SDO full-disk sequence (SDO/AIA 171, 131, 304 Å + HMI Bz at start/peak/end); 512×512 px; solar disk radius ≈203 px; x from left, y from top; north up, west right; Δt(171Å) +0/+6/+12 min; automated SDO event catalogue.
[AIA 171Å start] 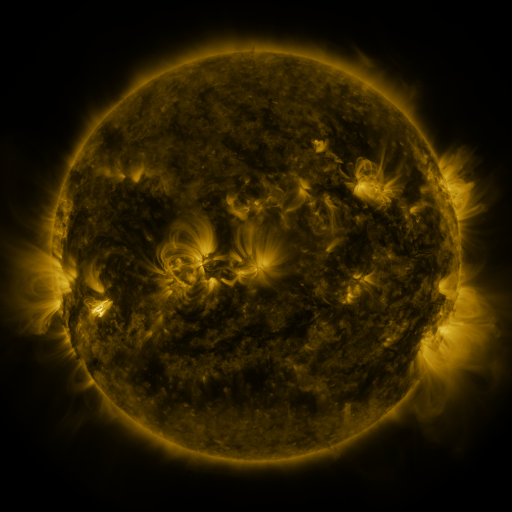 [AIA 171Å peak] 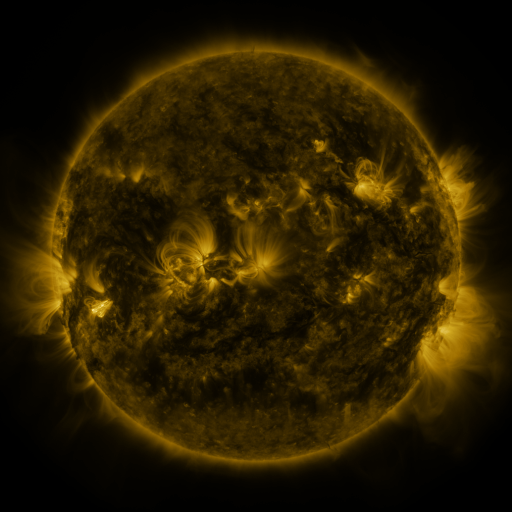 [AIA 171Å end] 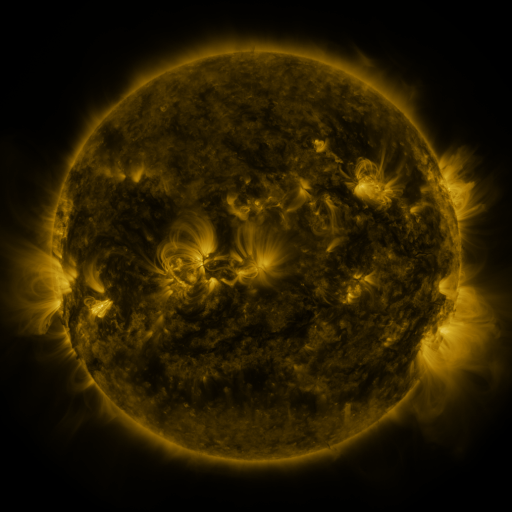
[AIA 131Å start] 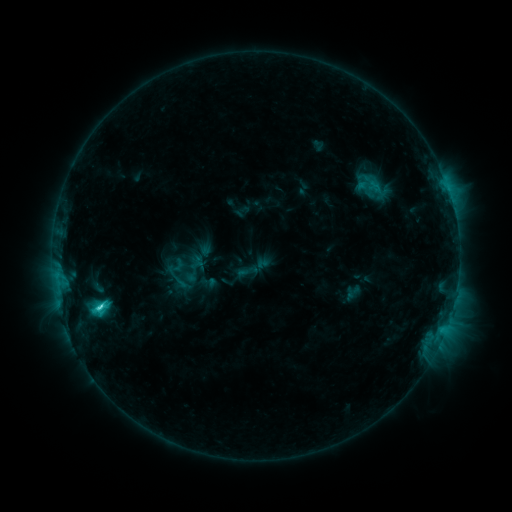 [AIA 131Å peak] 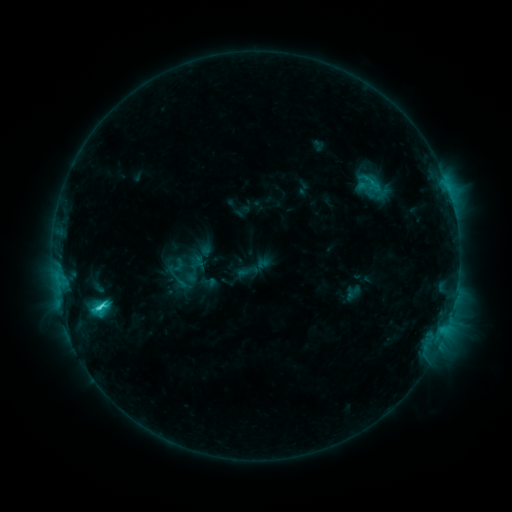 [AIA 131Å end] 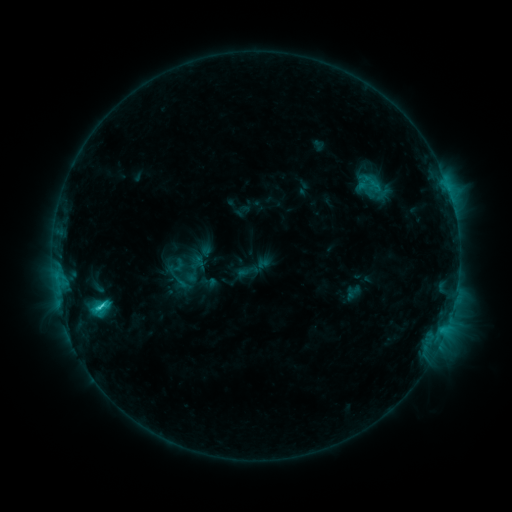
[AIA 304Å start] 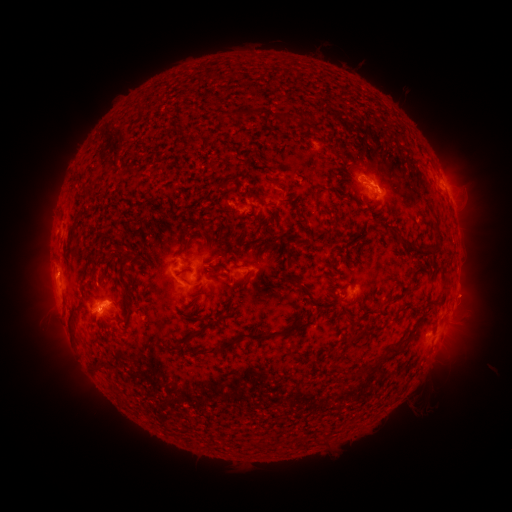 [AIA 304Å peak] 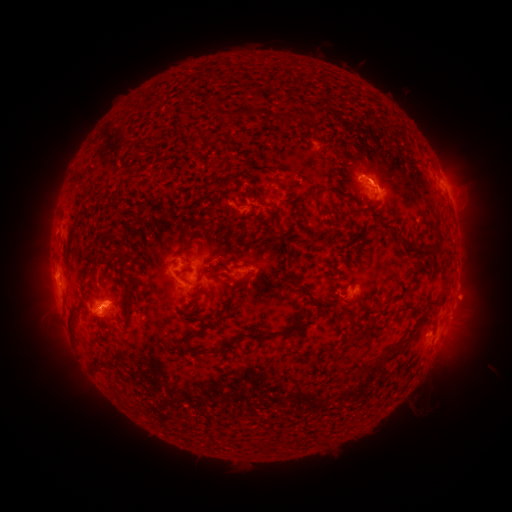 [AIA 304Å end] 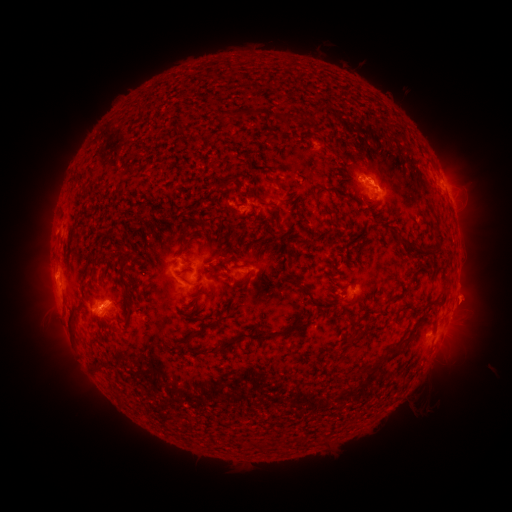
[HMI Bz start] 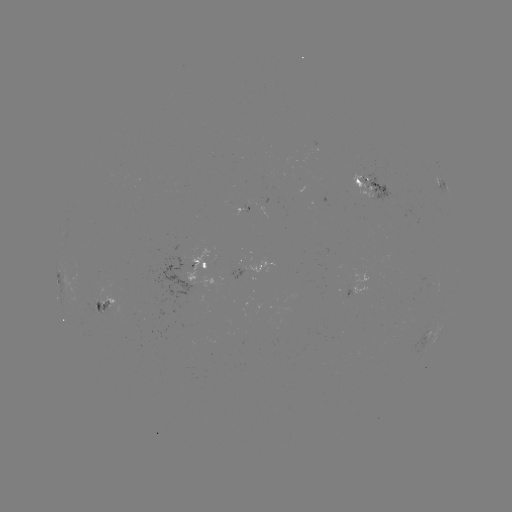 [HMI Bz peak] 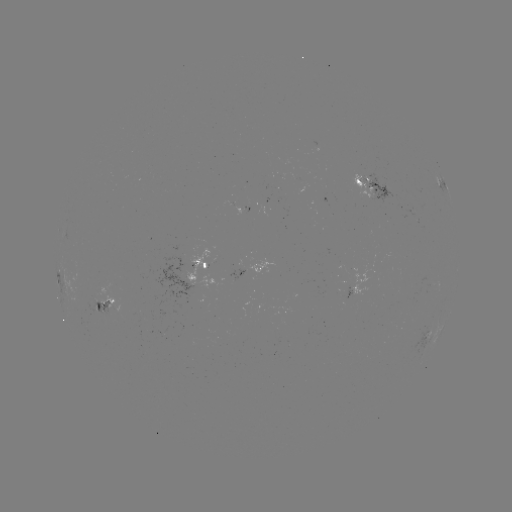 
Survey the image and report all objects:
eruption: (379, 174)
